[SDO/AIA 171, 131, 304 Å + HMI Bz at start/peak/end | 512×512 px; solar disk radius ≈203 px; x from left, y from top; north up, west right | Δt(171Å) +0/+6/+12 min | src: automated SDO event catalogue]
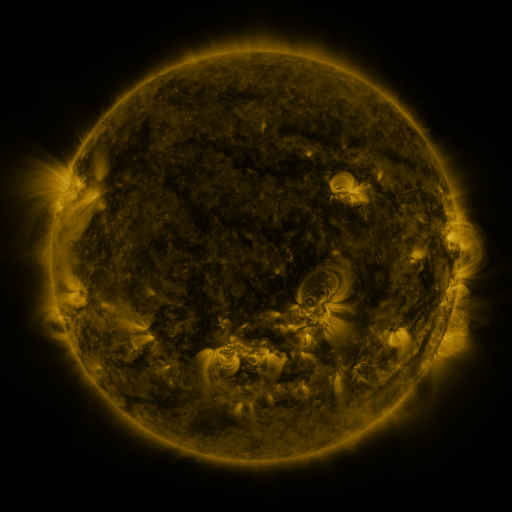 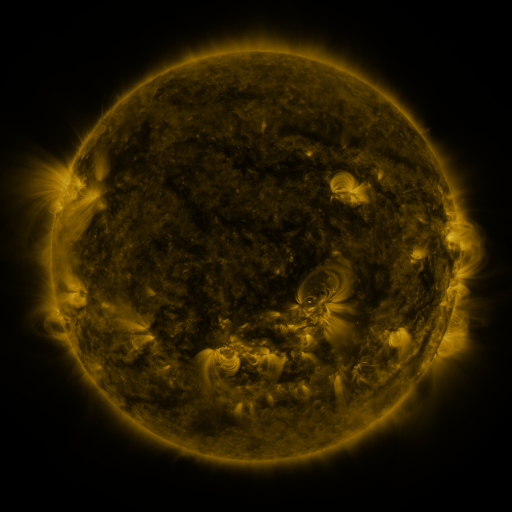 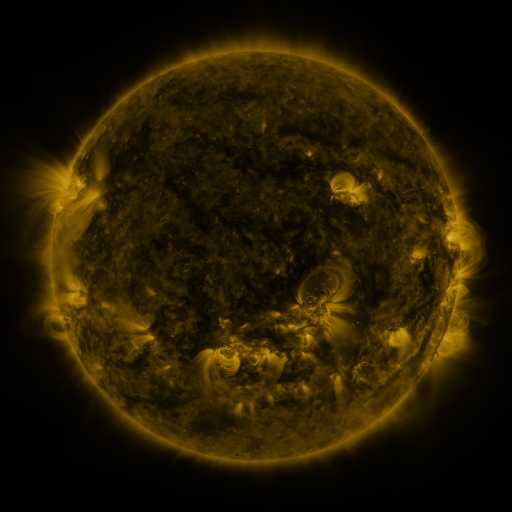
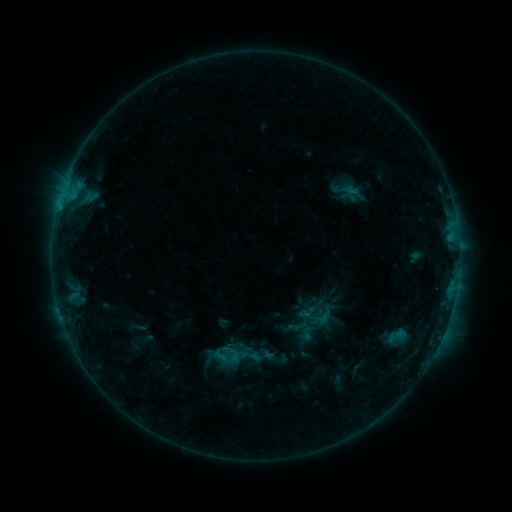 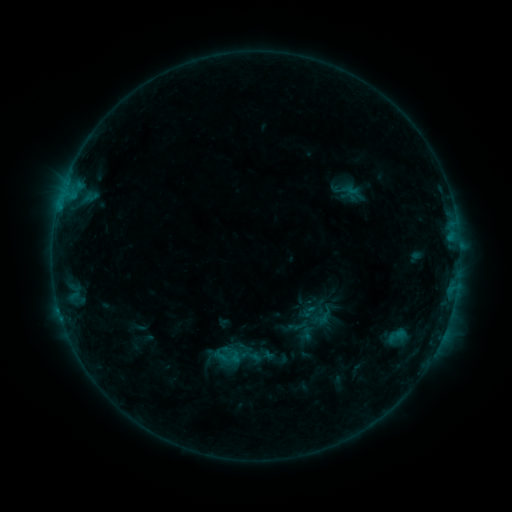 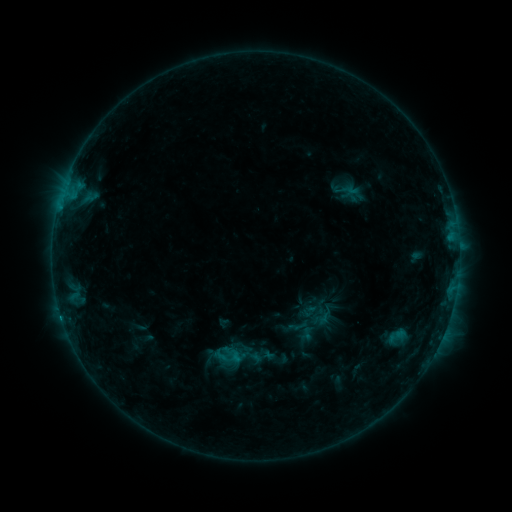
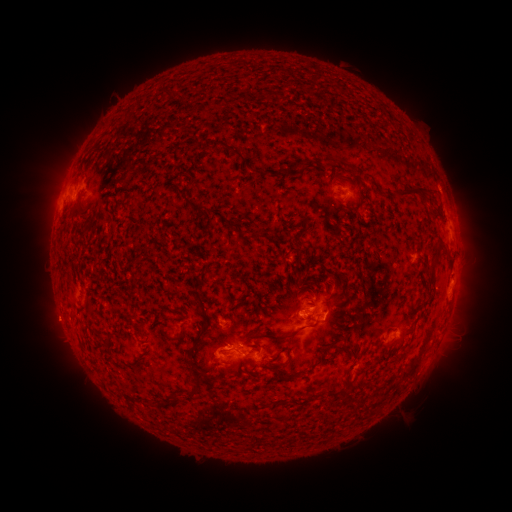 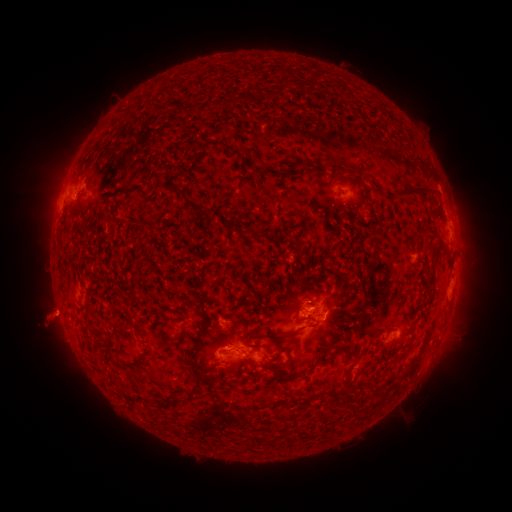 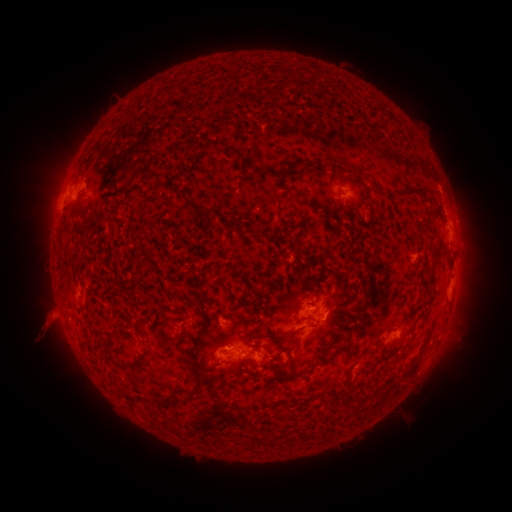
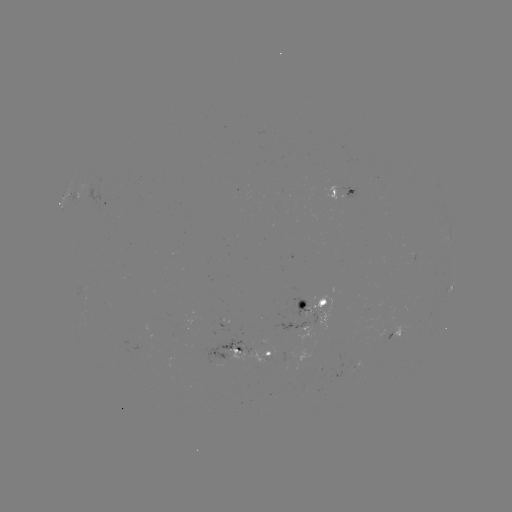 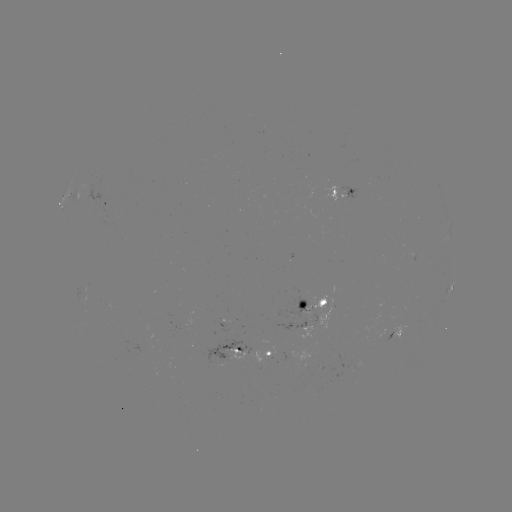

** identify eruption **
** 47,321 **